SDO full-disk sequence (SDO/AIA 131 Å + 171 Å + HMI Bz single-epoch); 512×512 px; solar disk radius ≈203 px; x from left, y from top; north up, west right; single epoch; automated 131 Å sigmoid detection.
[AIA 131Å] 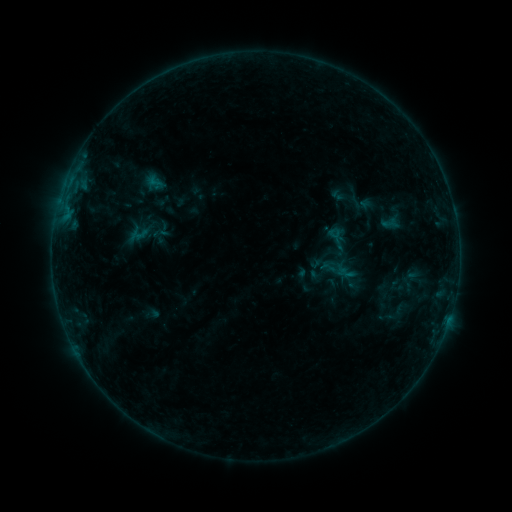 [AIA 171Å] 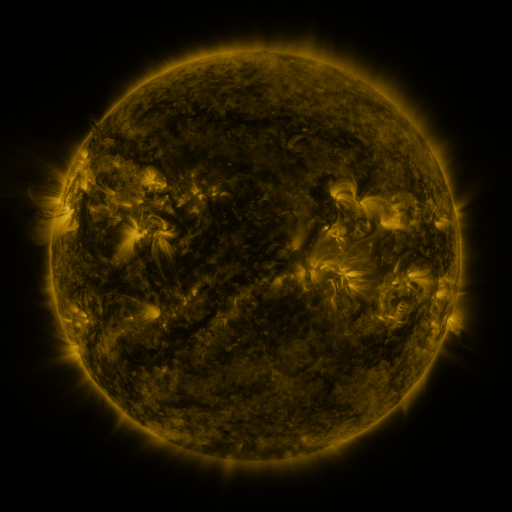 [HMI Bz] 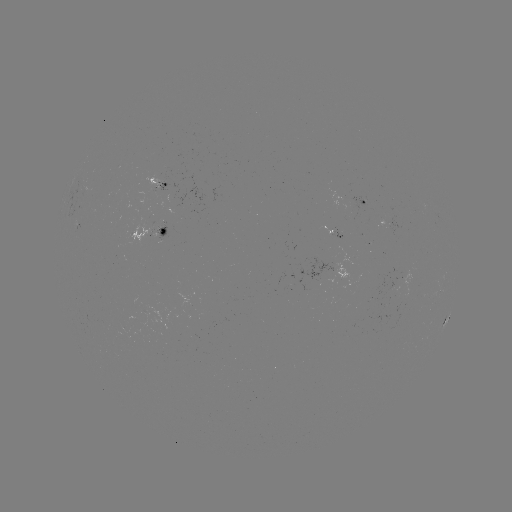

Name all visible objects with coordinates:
sigmoid: (323, 224, 349, 252)
sigmoid: (130, 226, 147, 243)
